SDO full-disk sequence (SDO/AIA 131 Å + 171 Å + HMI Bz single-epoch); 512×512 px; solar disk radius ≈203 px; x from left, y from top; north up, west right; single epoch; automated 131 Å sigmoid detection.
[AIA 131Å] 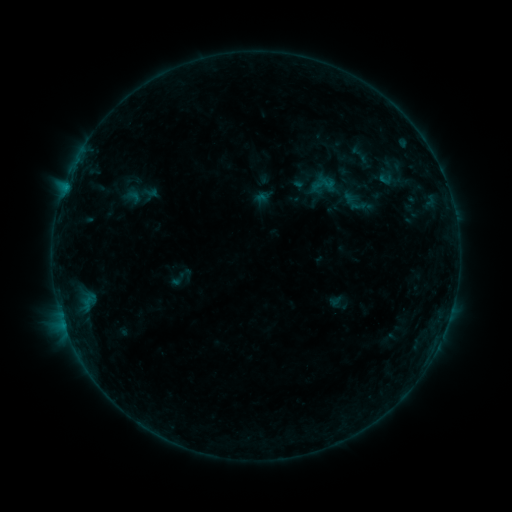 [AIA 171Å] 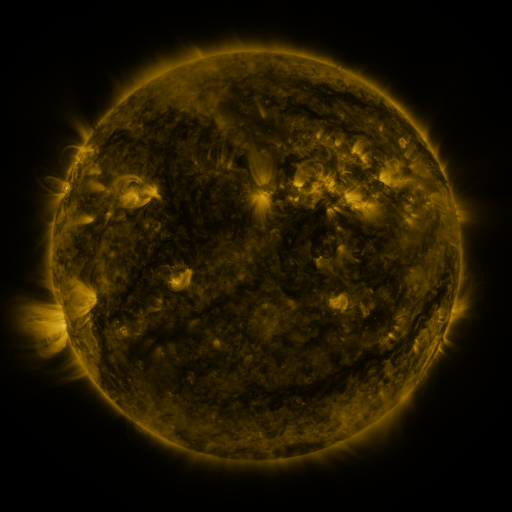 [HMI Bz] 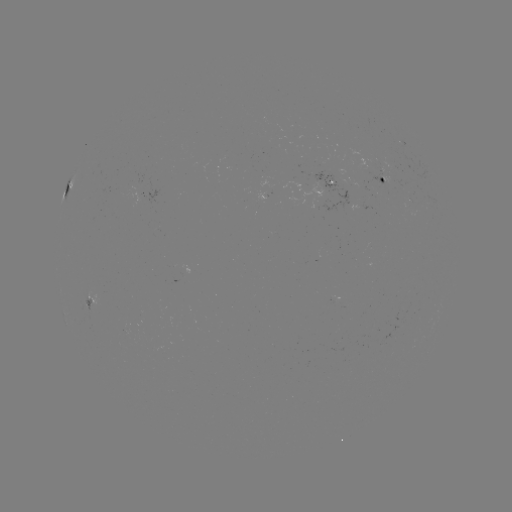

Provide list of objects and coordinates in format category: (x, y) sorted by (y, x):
sigmoid: (323, 184)
sigmoid: (355, 202)
